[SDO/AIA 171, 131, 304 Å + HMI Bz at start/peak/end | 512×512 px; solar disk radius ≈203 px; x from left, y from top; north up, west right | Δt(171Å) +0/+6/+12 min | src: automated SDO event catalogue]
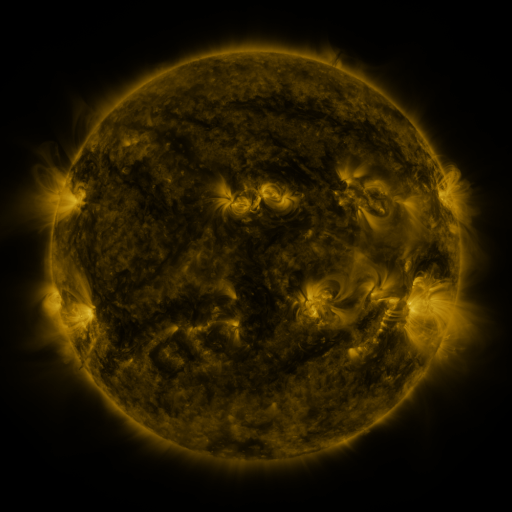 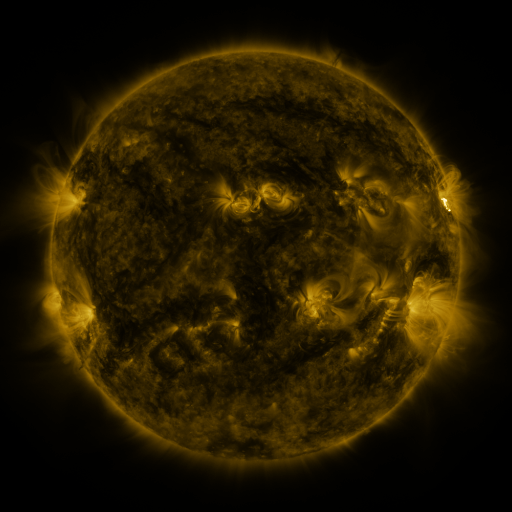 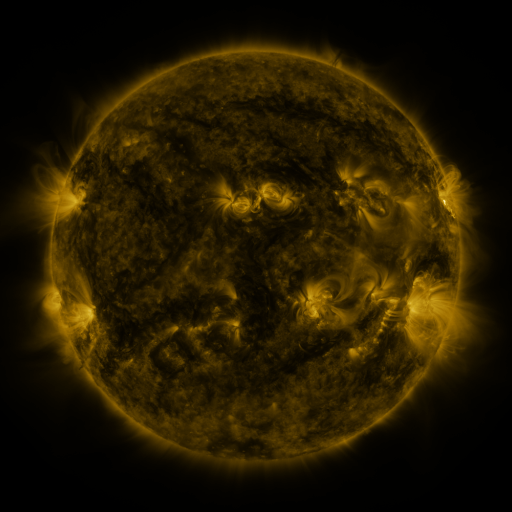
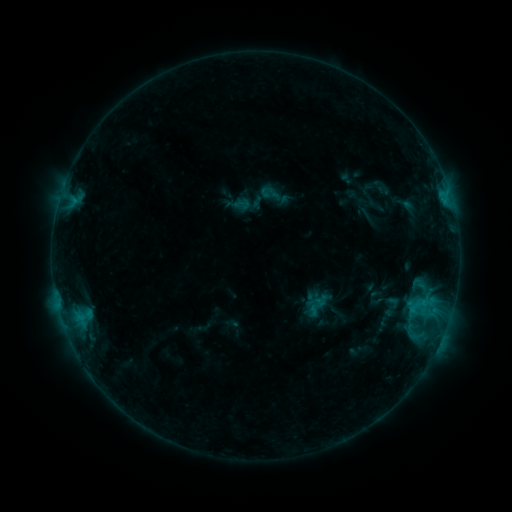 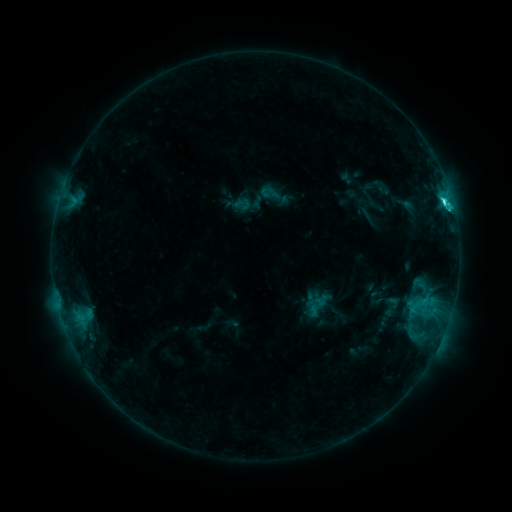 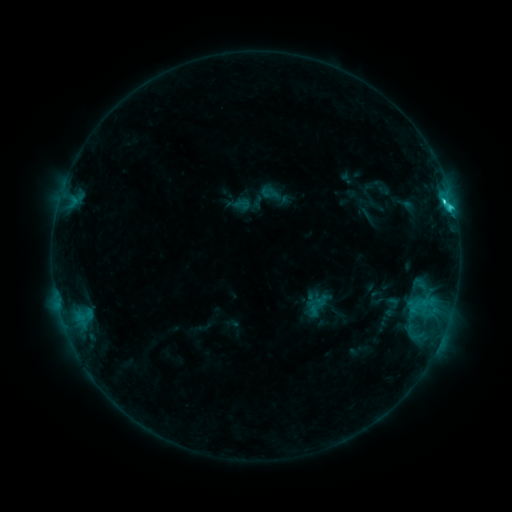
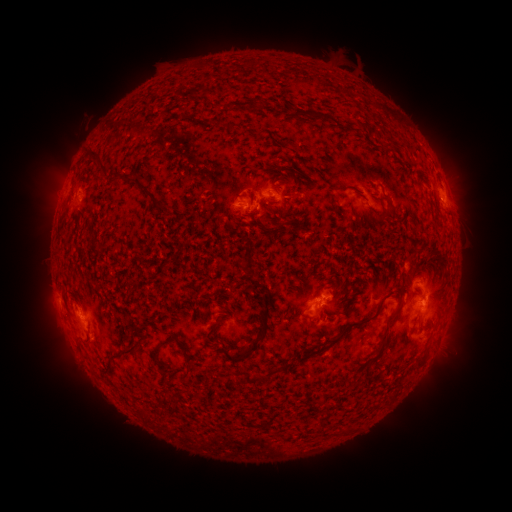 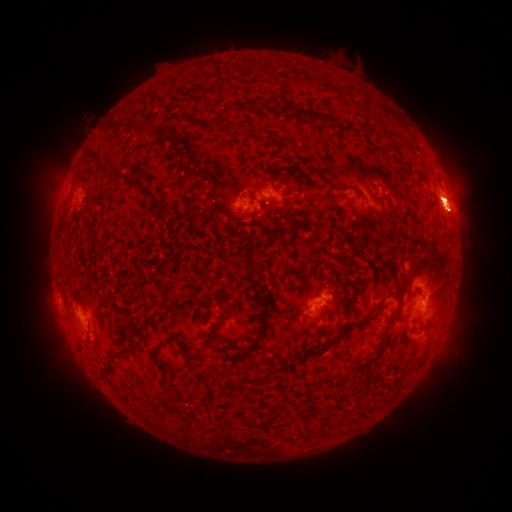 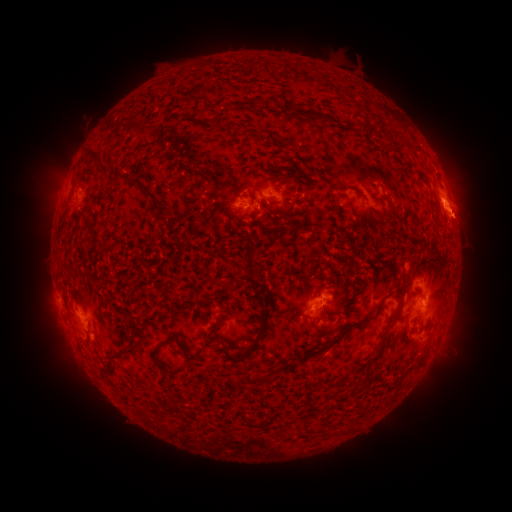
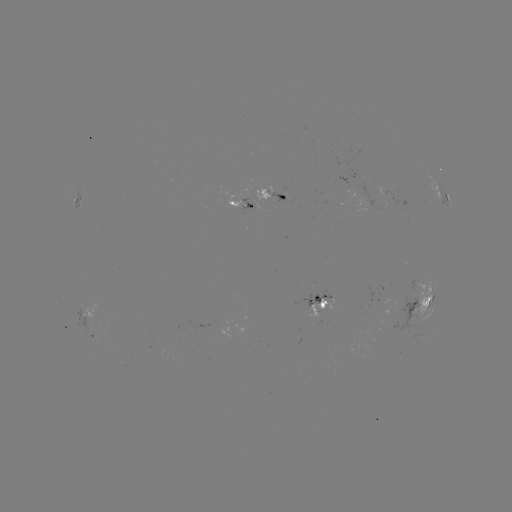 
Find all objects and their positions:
eruption: (64, 332)
